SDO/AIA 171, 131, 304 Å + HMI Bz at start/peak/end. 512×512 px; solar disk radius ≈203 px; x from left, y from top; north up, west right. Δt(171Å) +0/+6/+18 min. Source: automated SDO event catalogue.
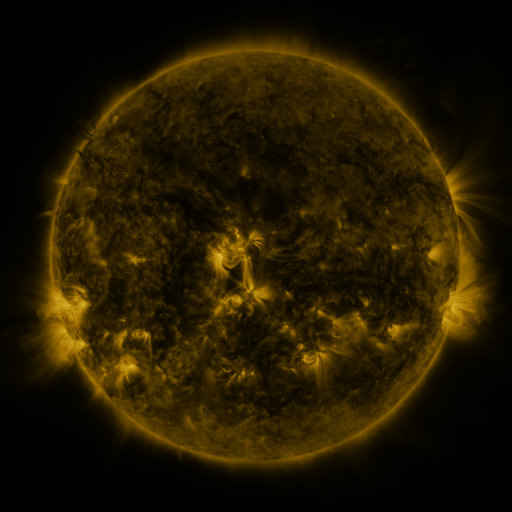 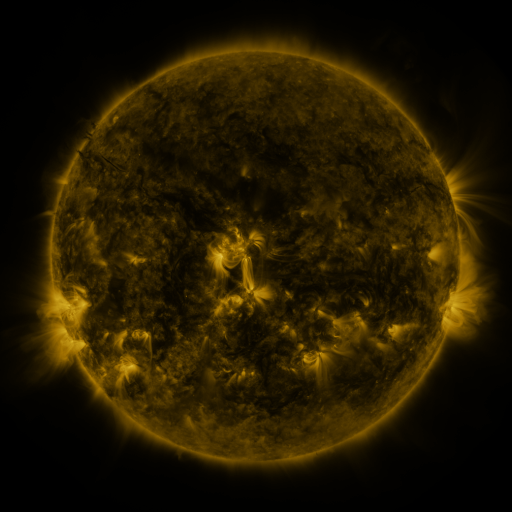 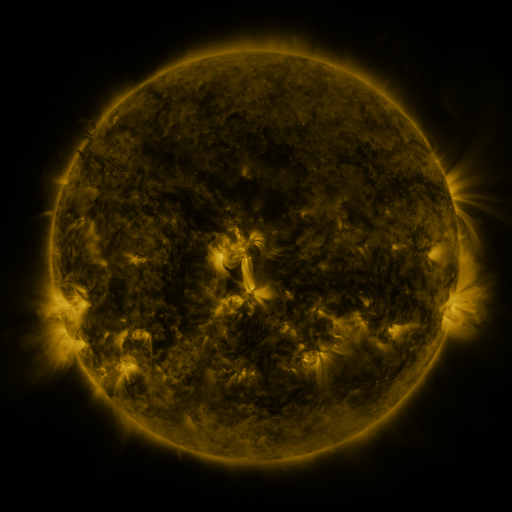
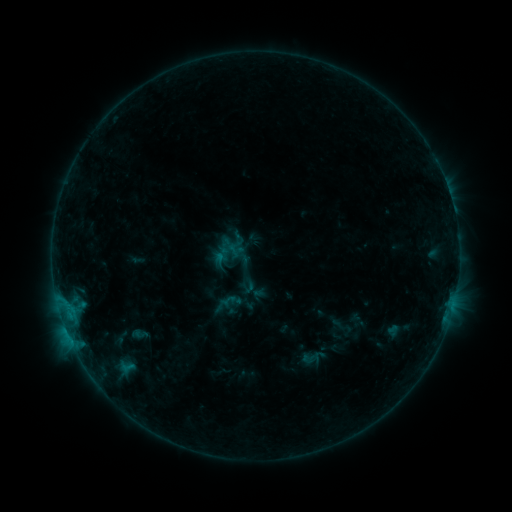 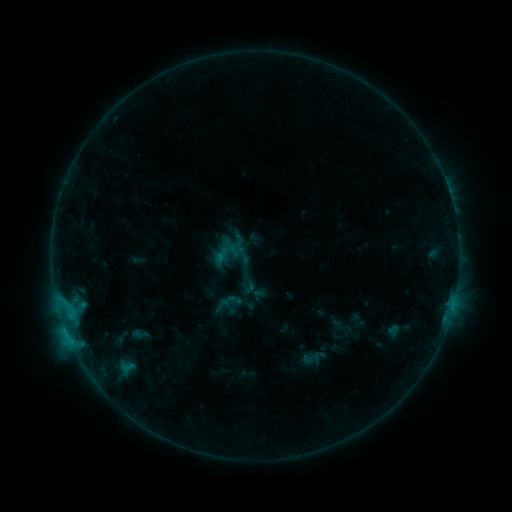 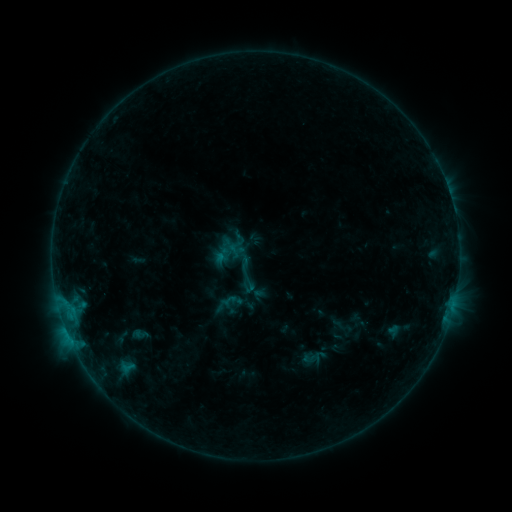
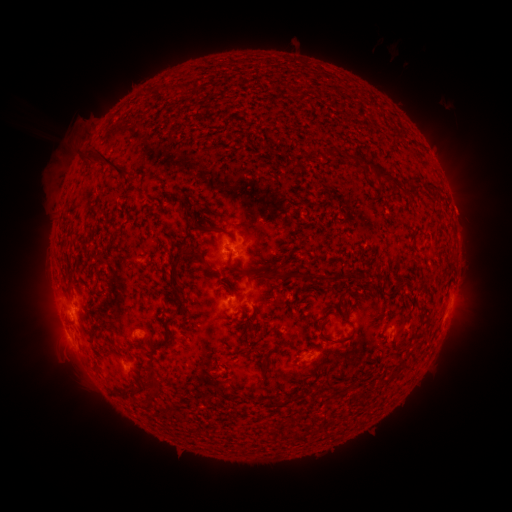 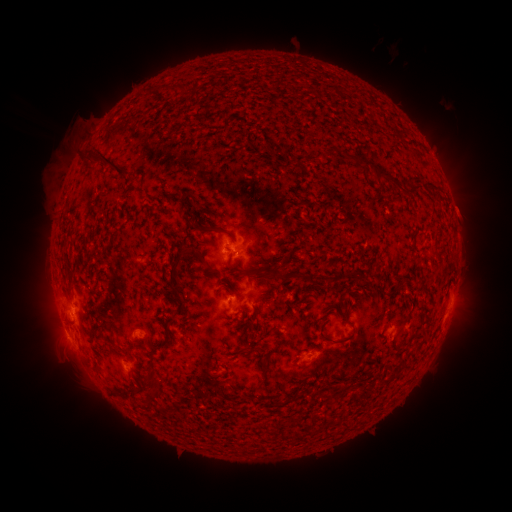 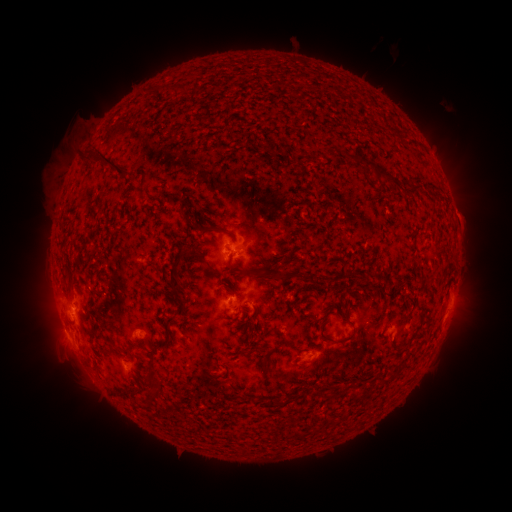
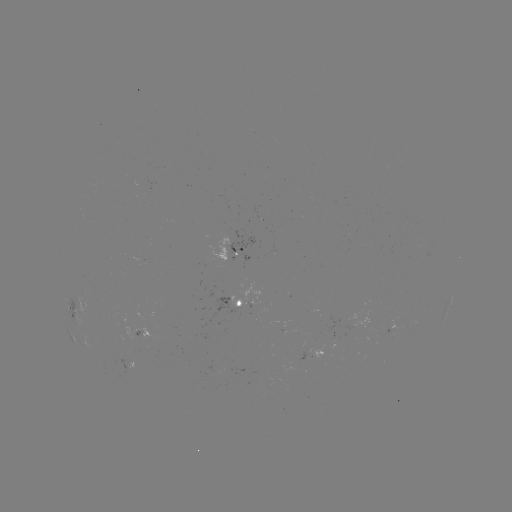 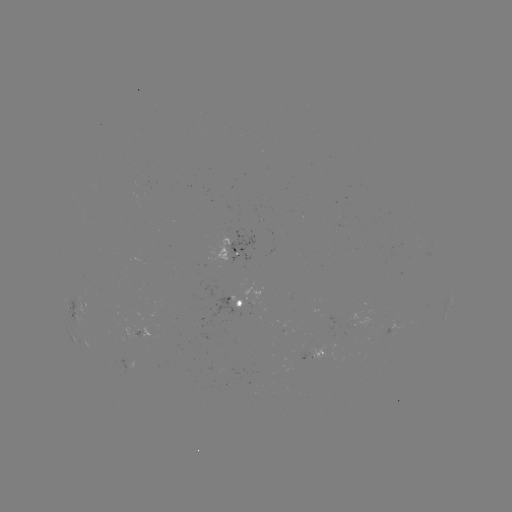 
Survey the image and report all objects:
eruption: (464, 210)
